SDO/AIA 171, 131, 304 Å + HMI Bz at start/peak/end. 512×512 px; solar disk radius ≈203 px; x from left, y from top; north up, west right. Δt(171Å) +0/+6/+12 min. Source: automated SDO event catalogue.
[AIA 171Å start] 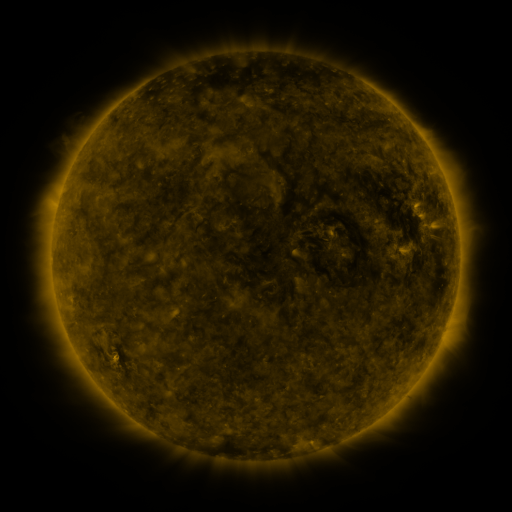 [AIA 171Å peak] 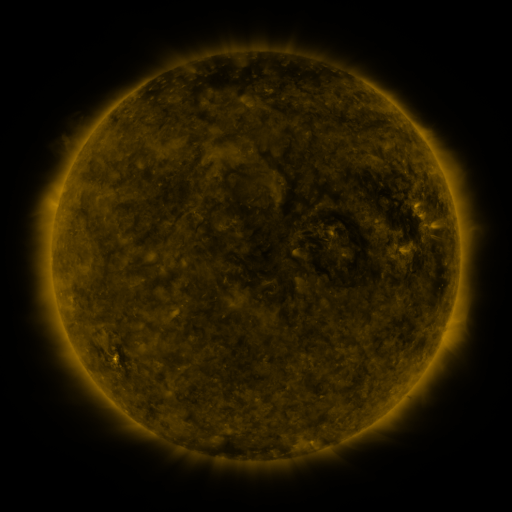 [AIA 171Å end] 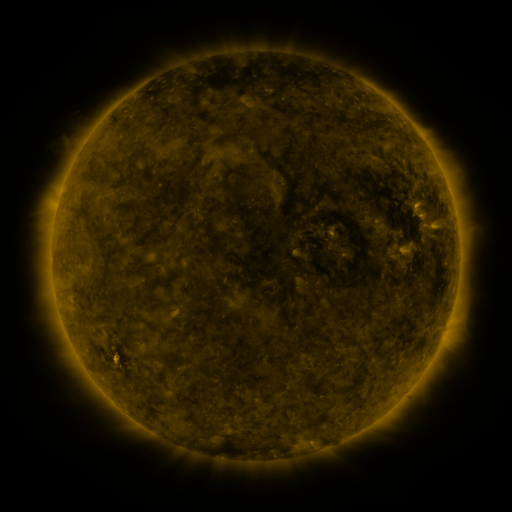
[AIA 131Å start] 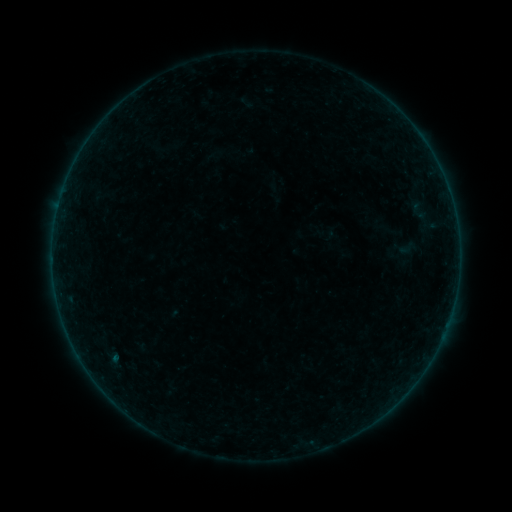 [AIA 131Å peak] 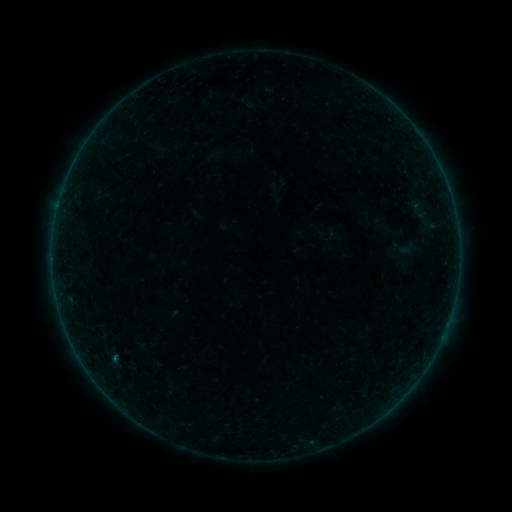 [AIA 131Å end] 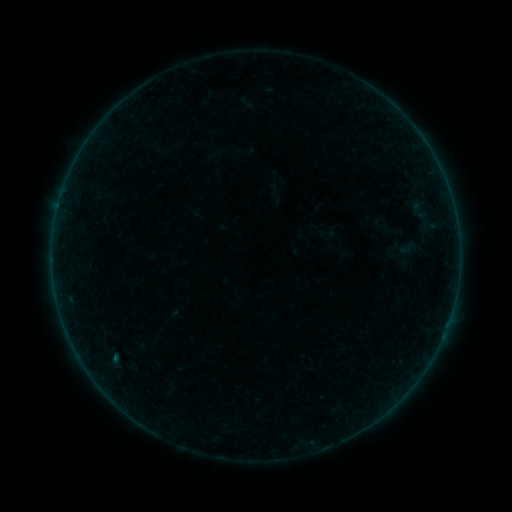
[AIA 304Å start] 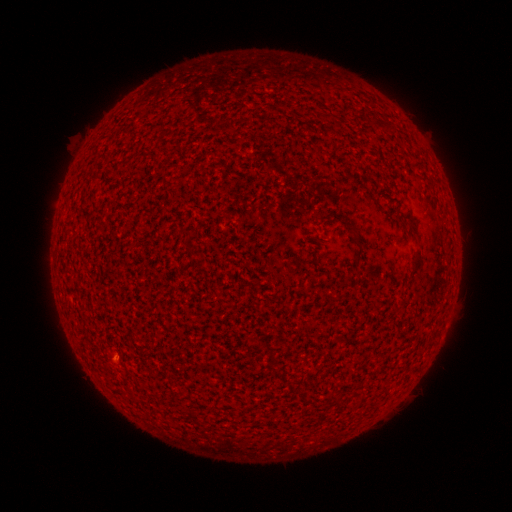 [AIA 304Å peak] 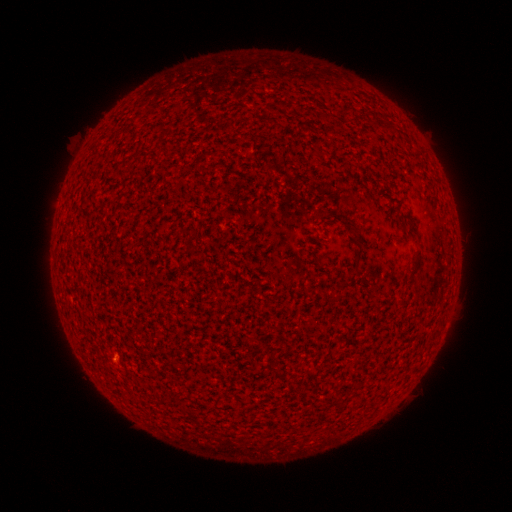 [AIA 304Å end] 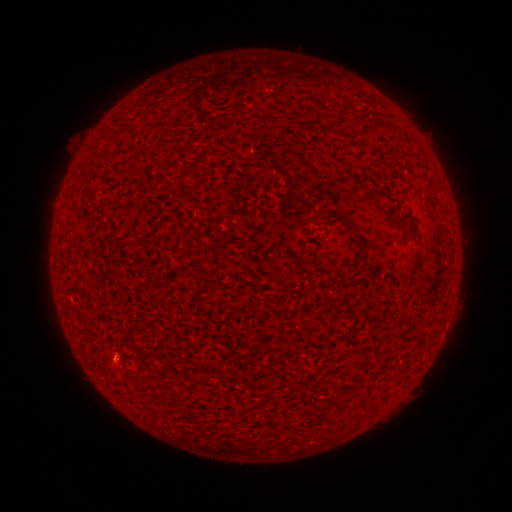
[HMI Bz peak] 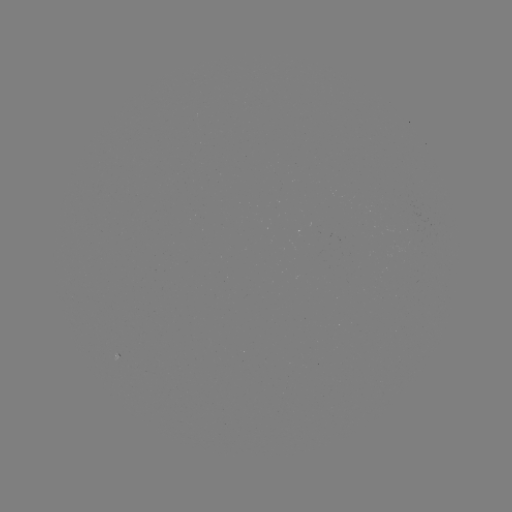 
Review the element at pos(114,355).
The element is B1.5 flare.